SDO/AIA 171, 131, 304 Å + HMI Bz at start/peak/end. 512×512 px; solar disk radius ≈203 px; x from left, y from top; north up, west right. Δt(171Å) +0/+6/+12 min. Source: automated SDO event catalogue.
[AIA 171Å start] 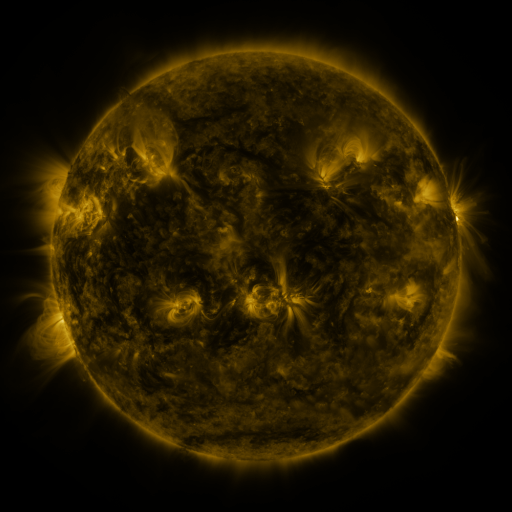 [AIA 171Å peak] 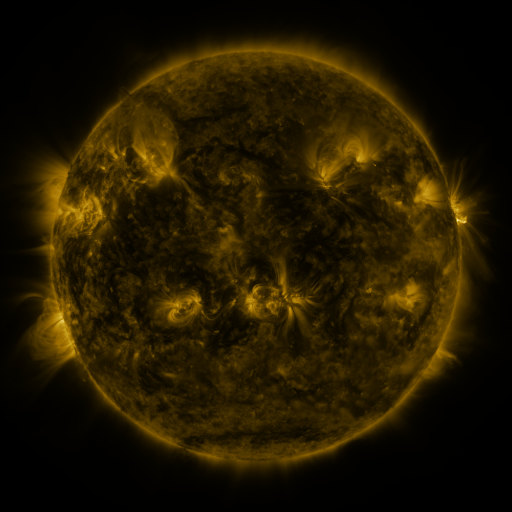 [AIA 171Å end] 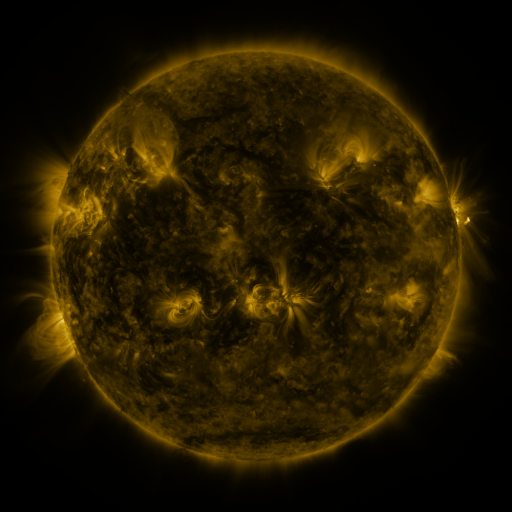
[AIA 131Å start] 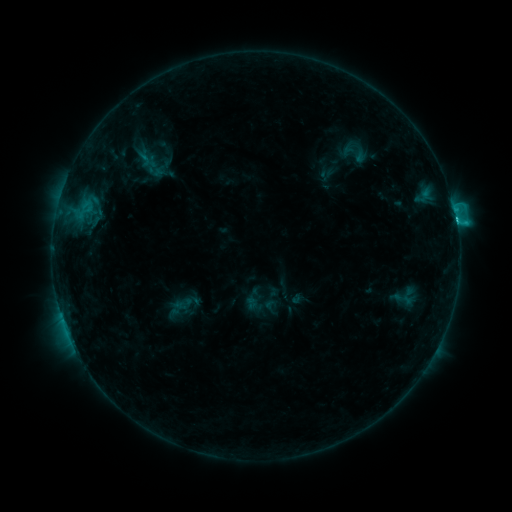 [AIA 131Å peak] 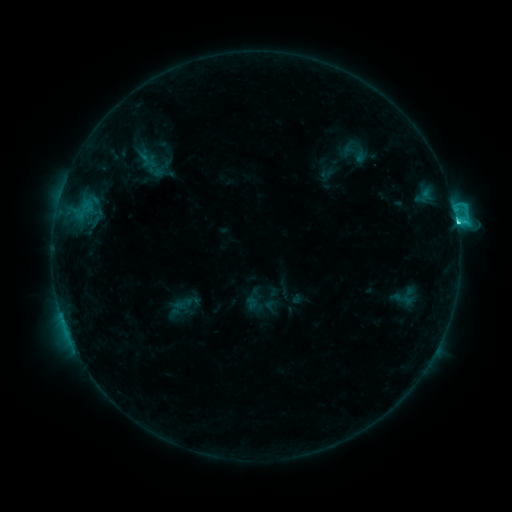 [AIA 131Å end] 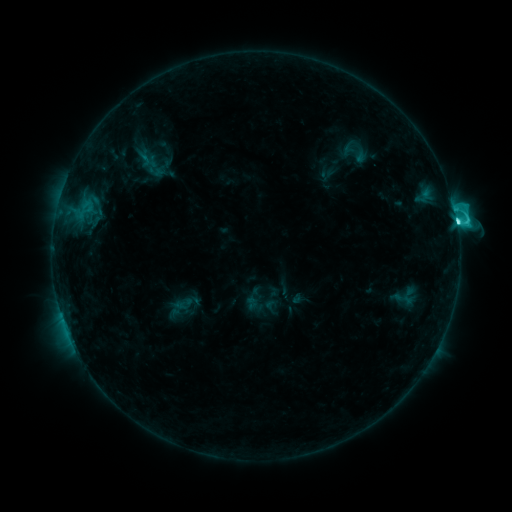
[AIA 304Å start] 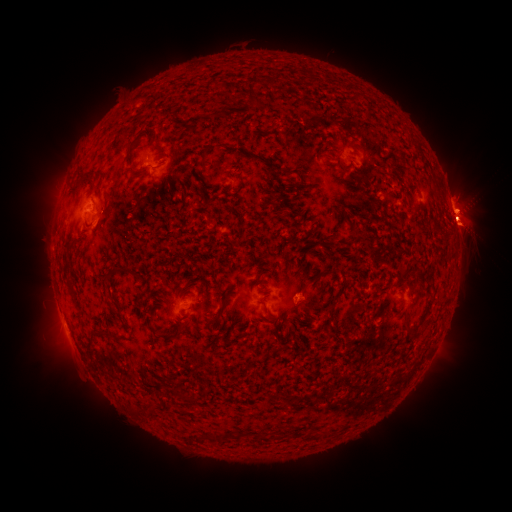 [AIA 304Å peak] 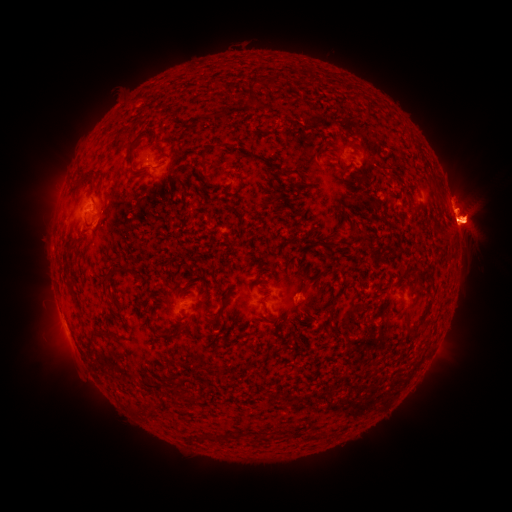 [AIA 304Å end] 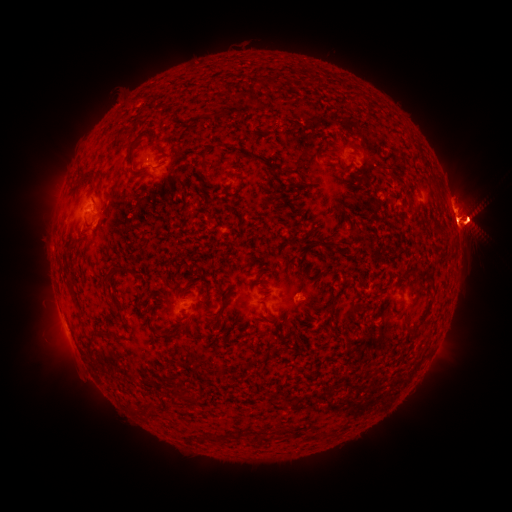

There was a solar eruption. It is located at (402, 223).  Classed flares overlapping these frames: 1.